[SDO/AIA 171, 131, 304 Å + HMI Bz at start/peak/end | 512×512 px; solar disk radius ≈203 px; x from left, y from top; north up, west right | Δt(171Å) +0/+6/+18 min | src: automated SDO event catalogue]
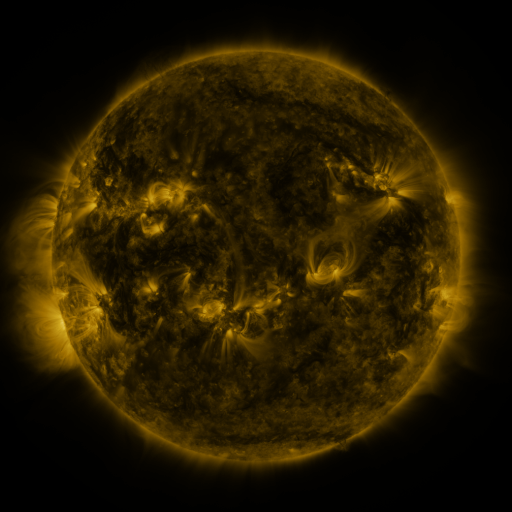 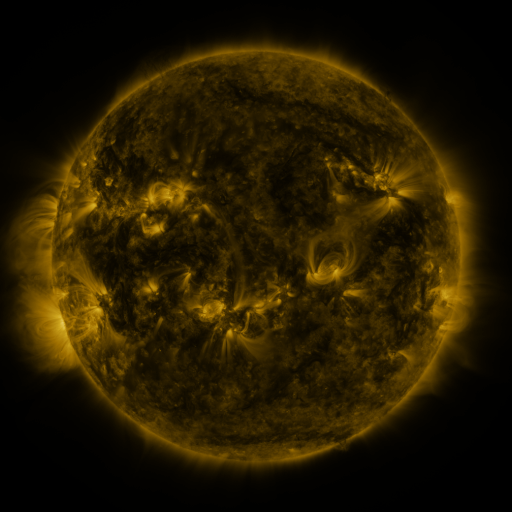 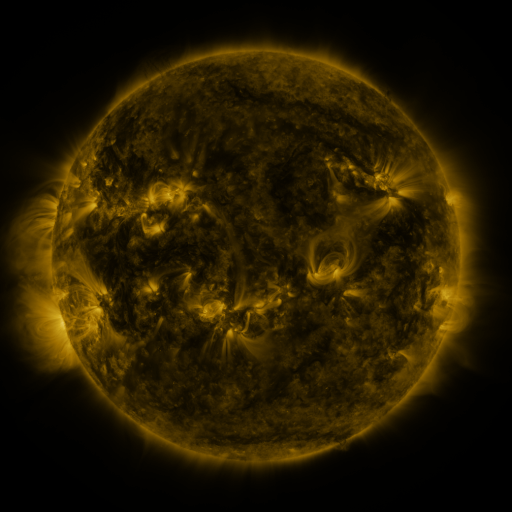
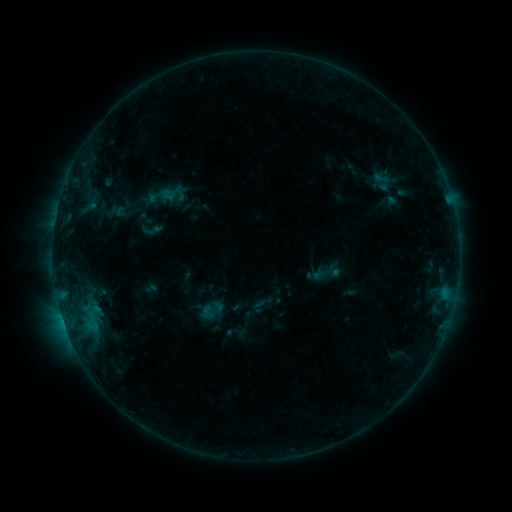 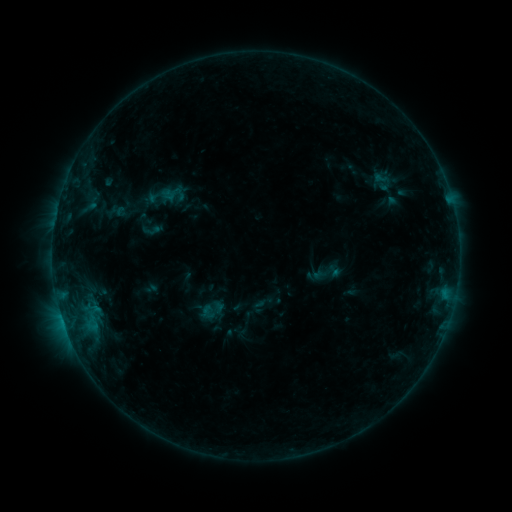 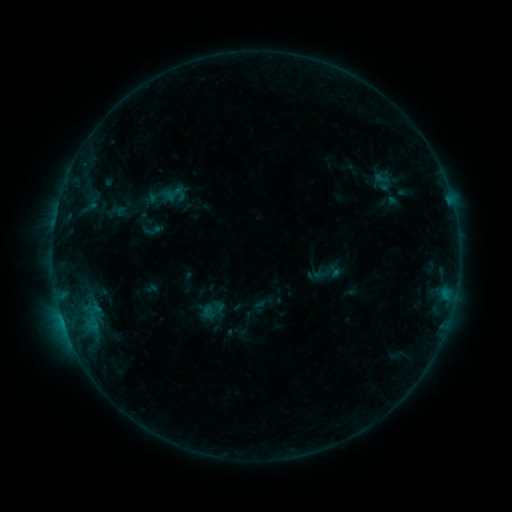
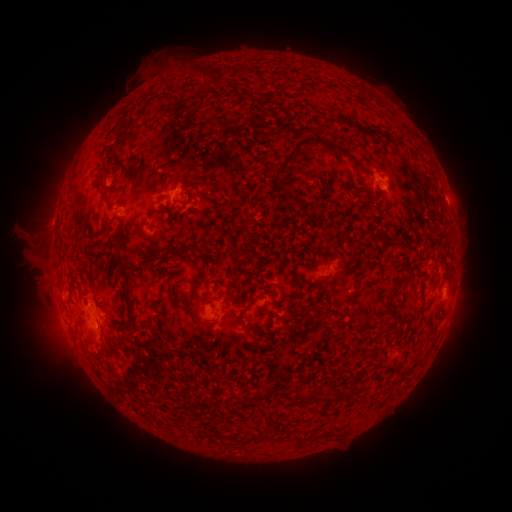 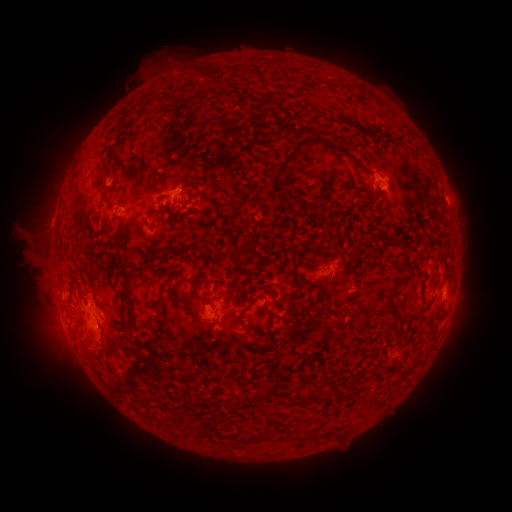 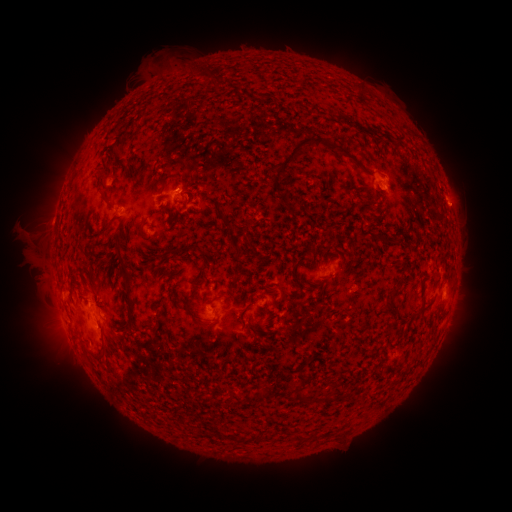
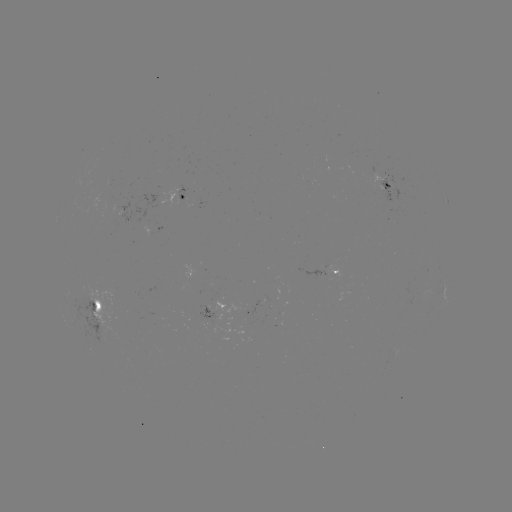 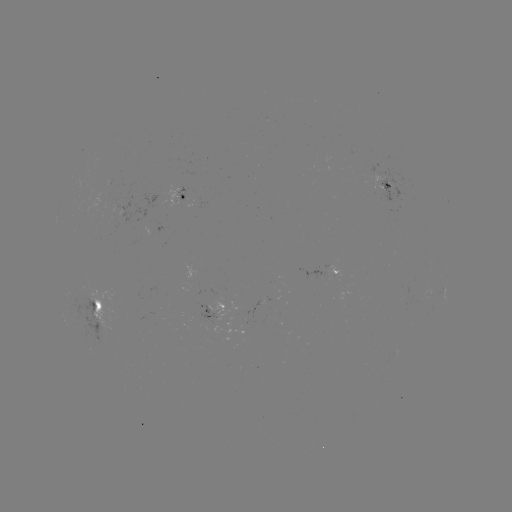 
no catalogued flare and no flagged EUV brightening in this window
